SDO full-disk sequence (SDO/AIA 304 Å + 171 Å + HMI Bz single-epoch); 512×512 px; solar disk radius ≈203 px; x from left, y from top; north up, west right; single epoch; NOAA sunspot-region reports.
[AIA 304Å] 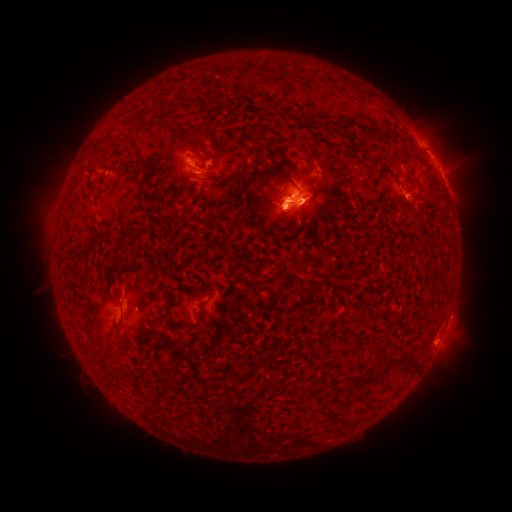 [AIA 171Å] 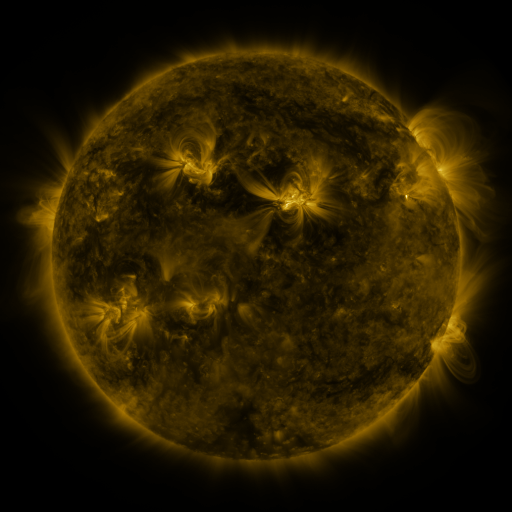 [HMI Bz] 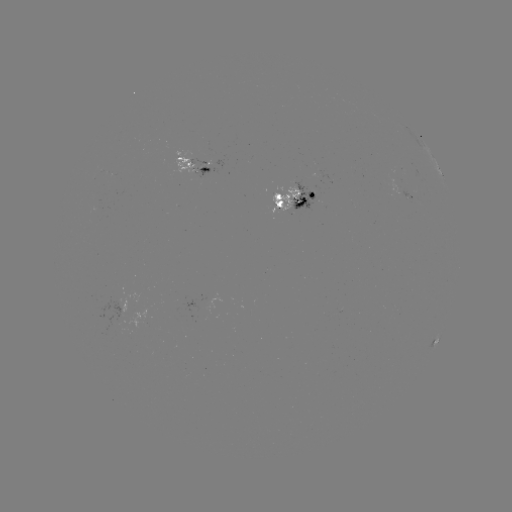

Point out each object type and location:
spotted active region: (196, 163)
spotted active region: (442, 174)
spotted active region: (297, 199)
spotted active region: (437, 337)
